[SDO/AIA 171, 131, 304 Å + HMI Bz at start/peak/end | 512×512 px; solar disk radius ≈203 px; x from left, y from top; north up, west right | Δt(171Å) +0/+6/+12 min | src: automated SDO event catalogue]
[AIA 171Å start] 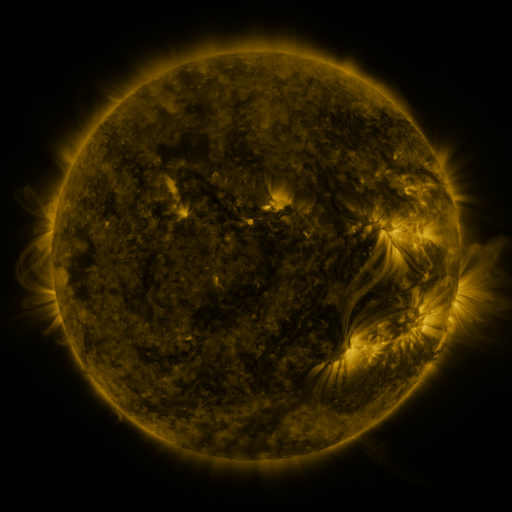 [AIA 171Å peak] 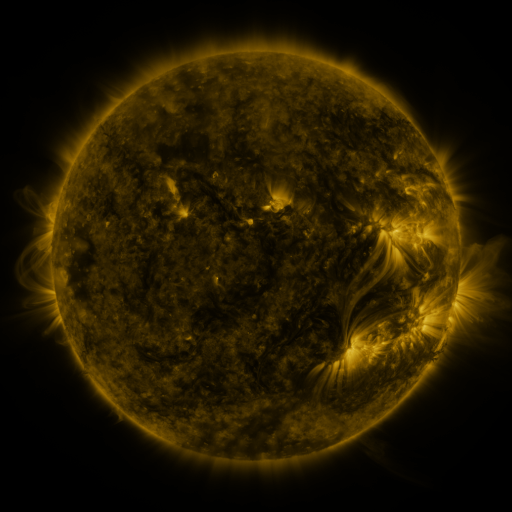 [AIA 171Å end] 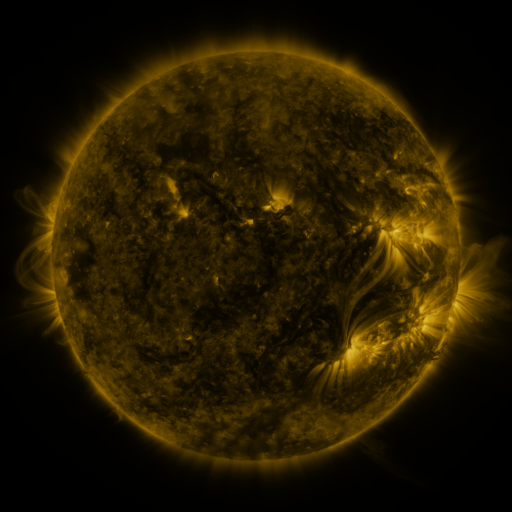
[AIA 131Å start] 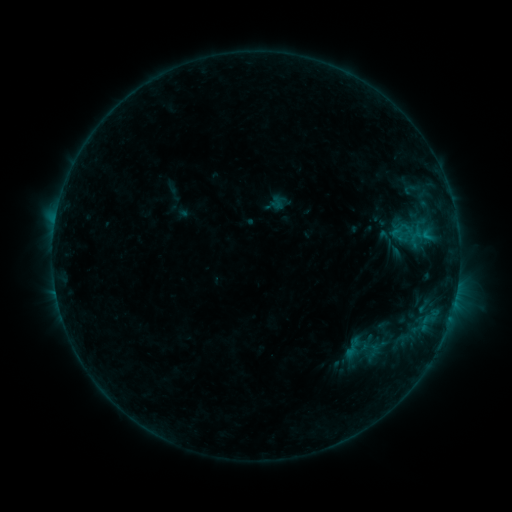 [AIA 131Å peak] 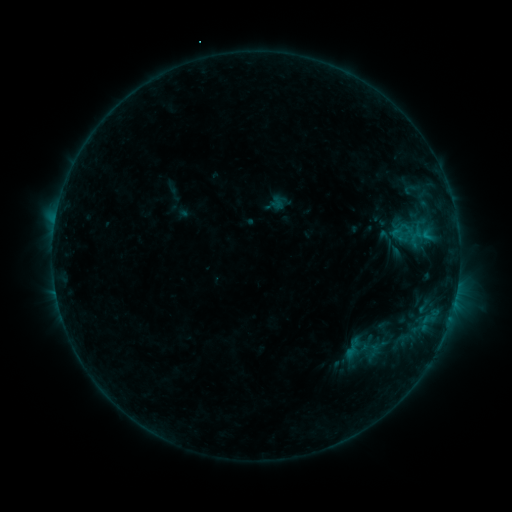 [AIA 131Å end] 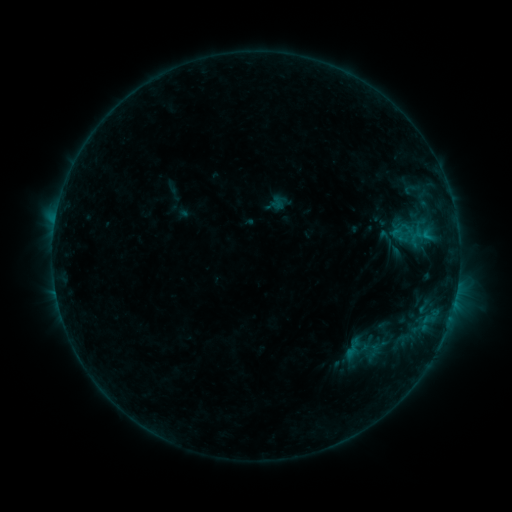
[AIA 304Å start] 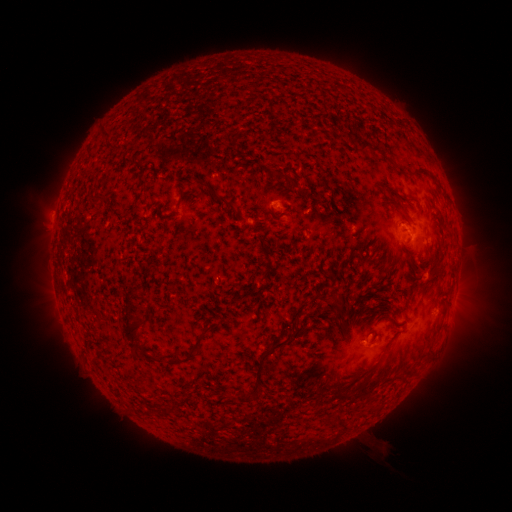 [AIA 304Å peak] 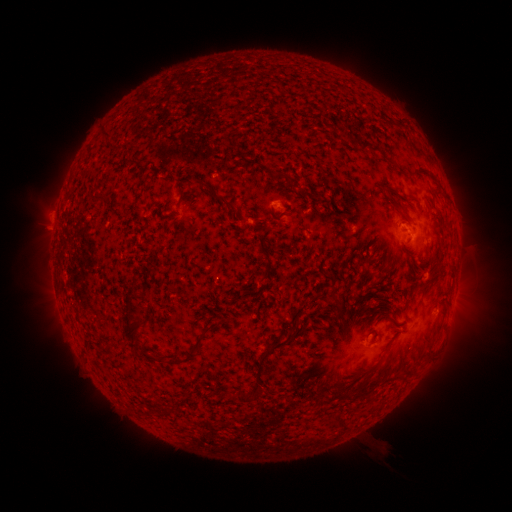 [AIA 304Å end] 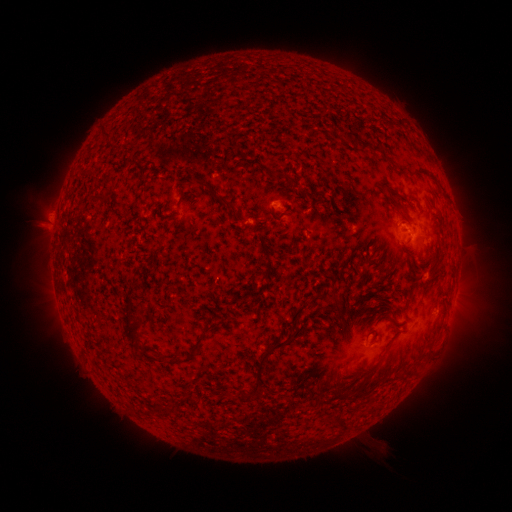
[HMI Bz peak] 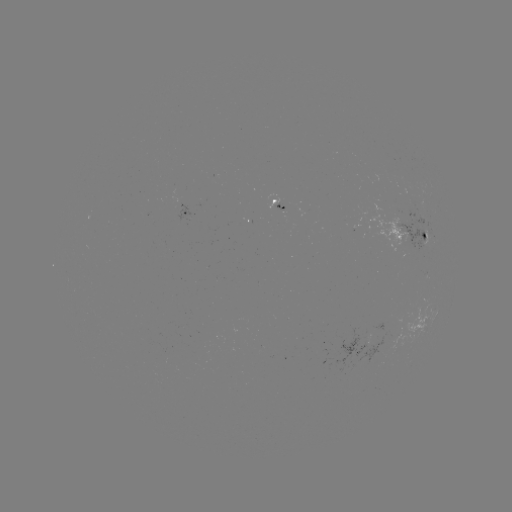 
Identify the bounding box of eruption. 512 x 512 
[27, 200, 74, 249].